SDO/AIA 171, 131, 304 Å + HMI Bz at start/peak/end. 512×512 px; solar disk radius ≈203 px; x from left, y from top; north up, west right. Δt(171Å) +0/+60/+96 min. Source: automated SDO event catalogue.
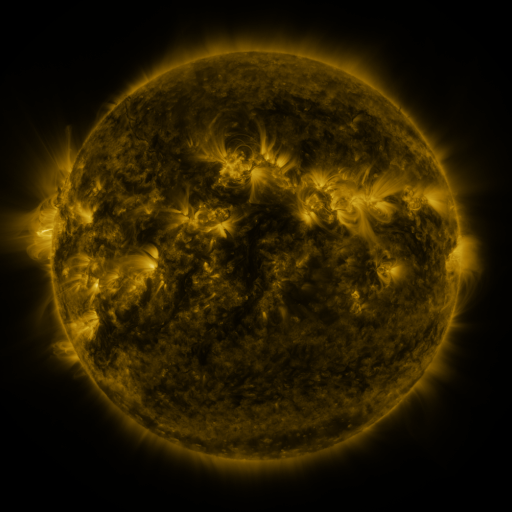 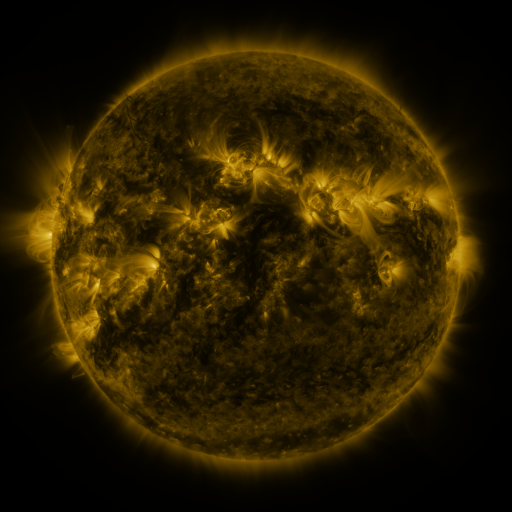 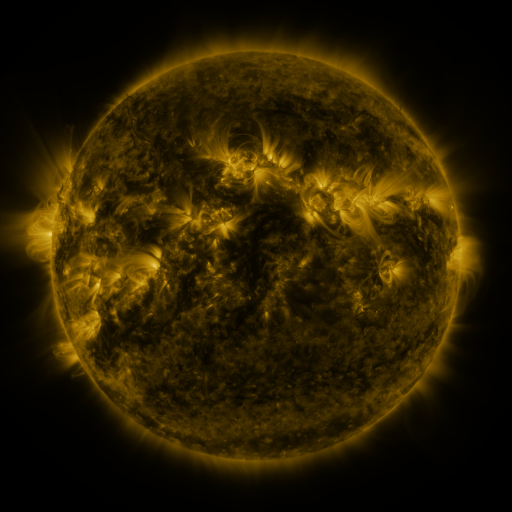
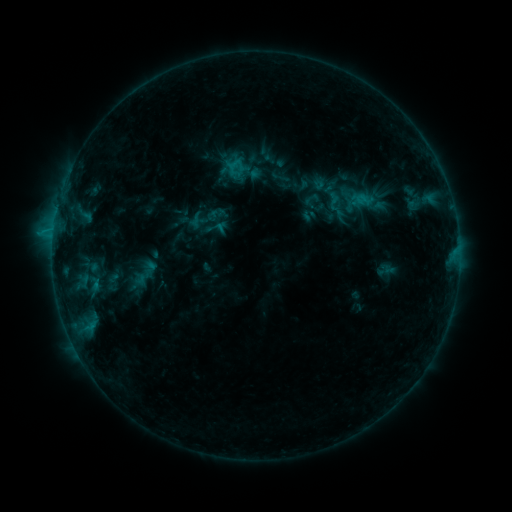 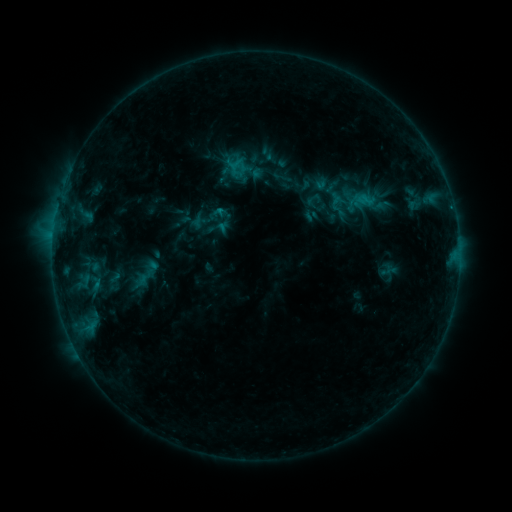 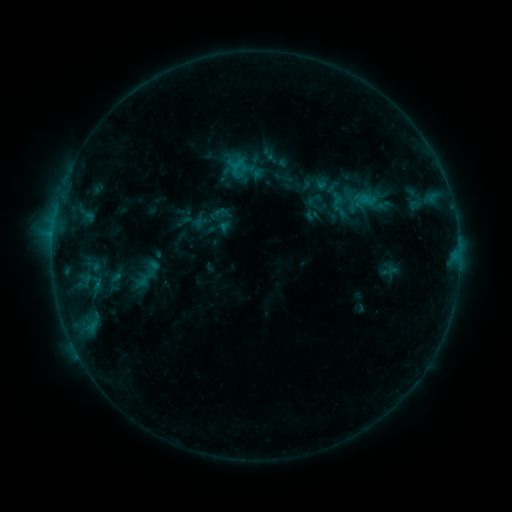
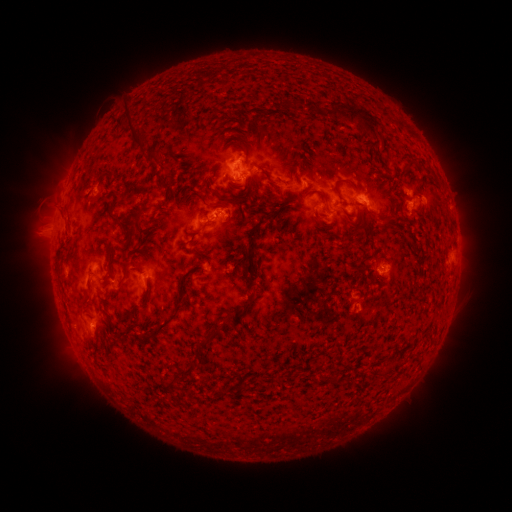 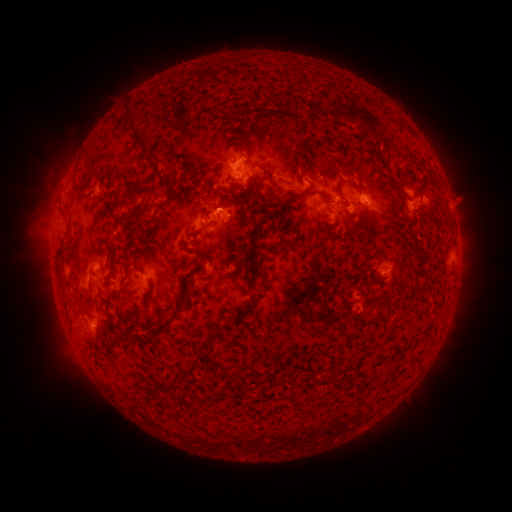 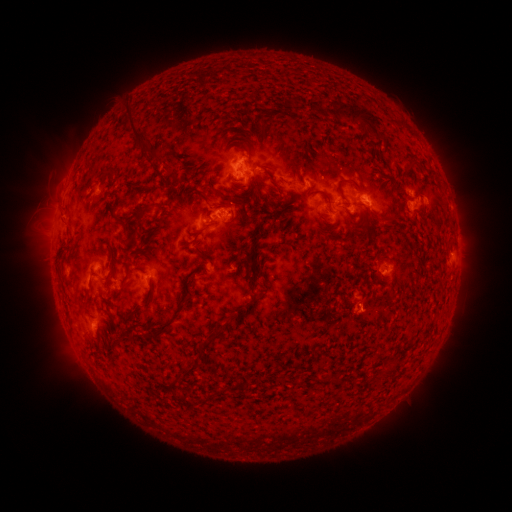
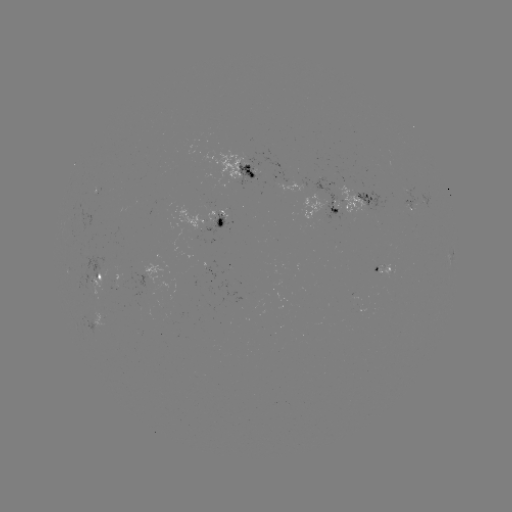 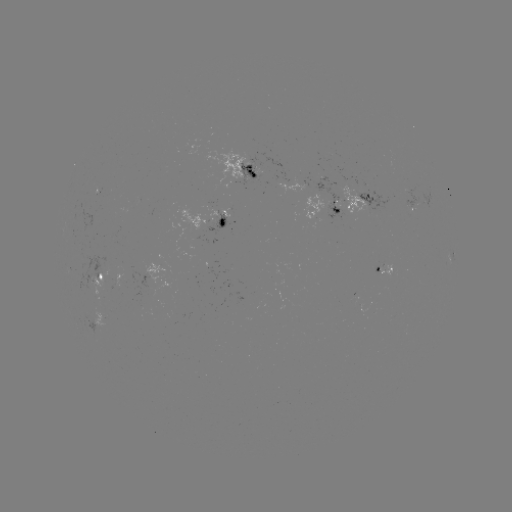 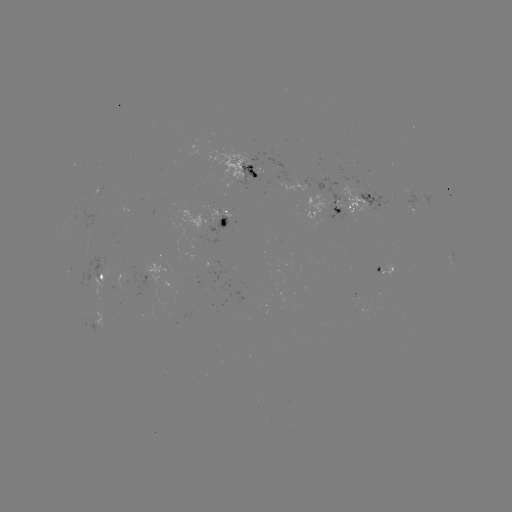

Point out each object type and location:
emerging-flux region: (116, 281)
